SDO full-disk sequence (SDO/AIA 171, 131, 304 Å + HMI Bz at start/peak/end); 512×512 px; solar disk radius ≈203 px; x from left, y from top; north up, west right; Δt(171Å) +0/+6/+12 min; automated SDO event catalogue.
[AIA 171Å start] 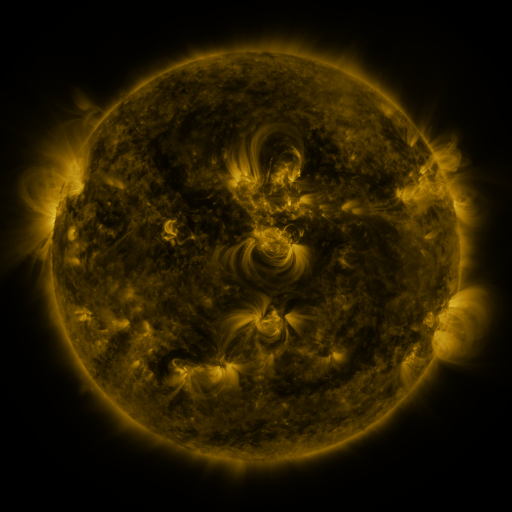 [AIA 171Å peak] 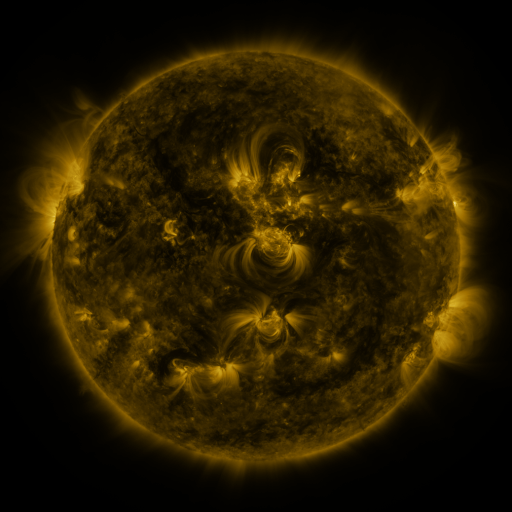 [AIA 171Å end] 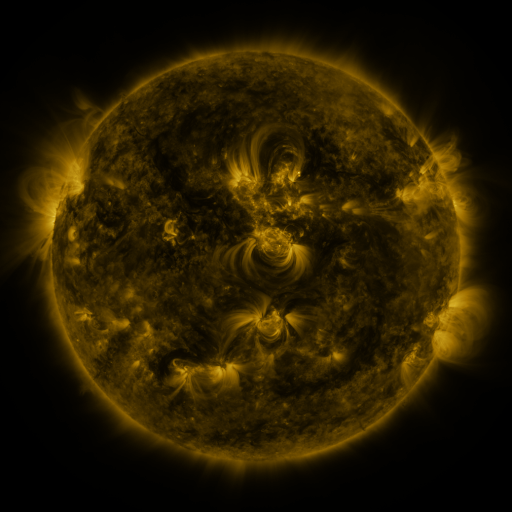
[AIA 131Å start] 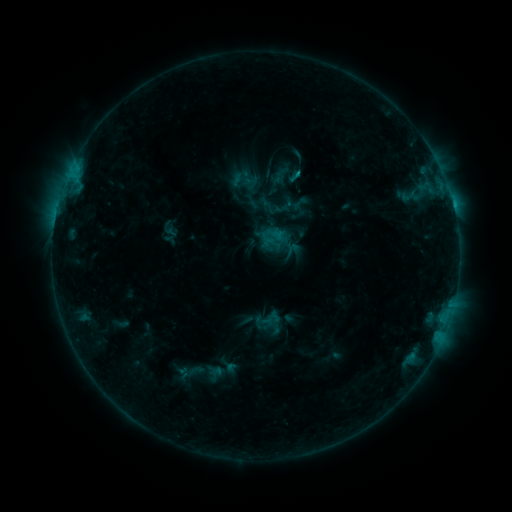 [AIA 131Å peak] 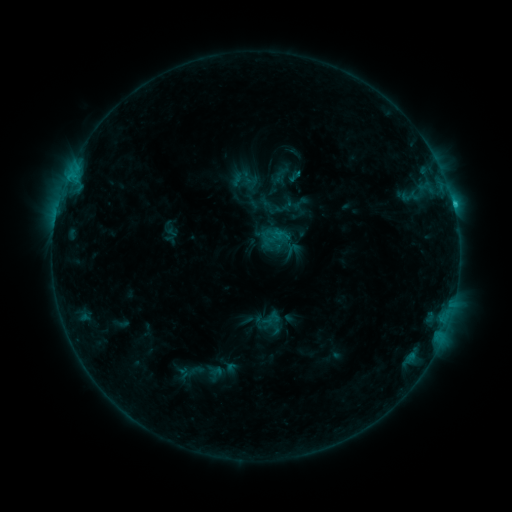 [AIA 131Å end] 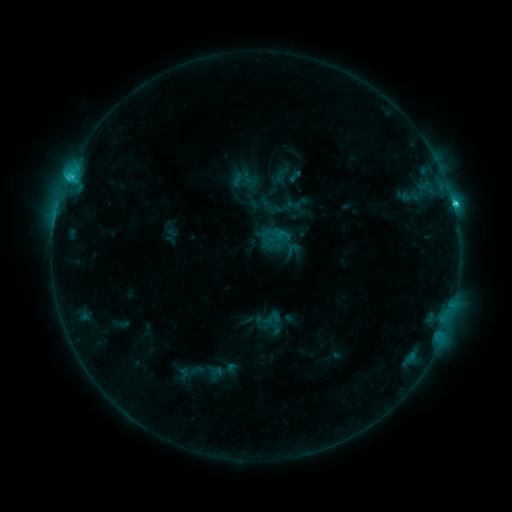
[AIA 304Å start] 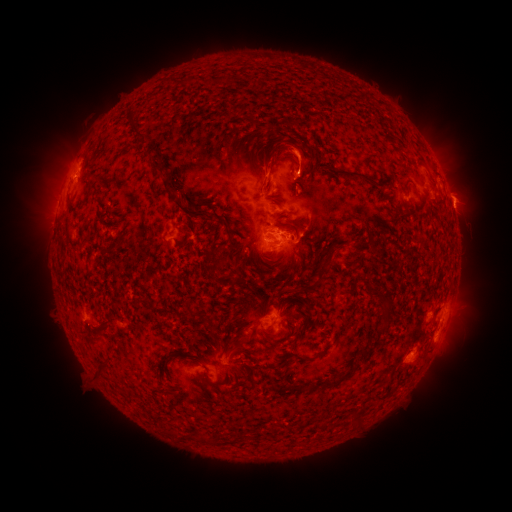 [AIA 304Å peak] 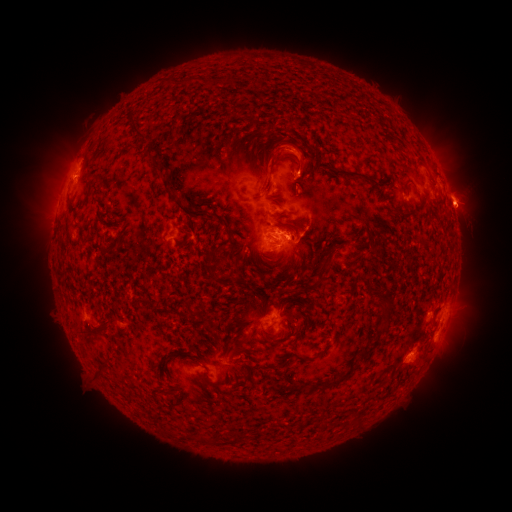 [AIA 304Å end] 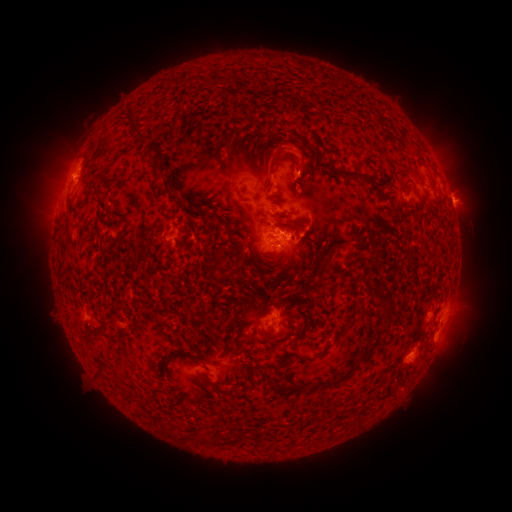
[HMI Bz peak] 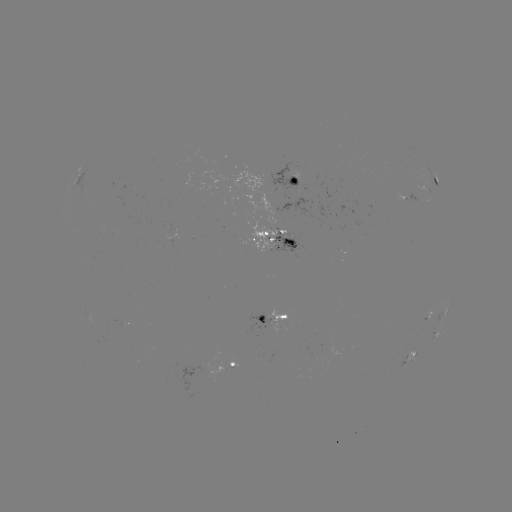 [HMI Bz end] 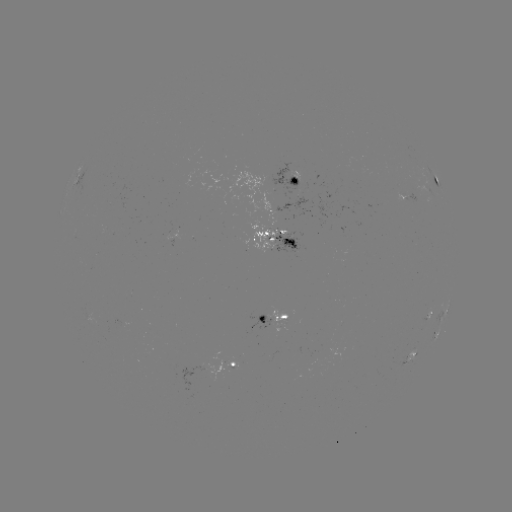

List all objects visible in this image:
eruption: (290, 146)
